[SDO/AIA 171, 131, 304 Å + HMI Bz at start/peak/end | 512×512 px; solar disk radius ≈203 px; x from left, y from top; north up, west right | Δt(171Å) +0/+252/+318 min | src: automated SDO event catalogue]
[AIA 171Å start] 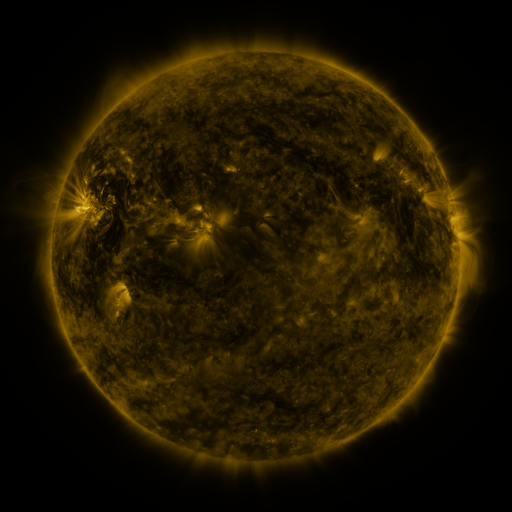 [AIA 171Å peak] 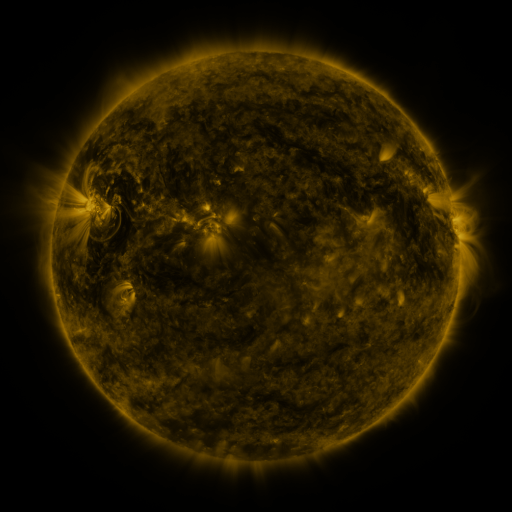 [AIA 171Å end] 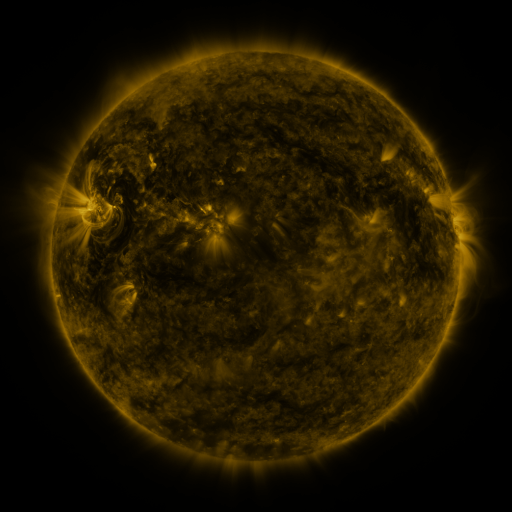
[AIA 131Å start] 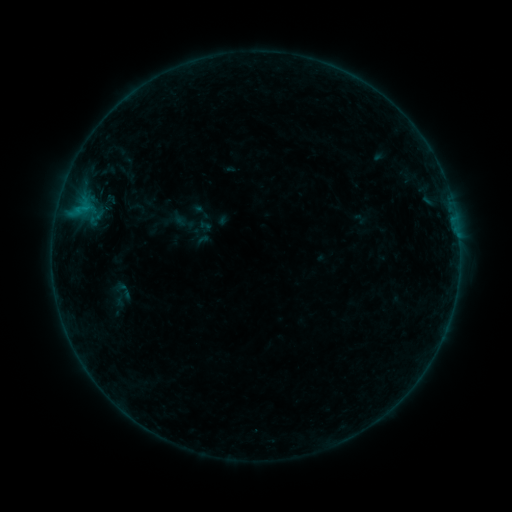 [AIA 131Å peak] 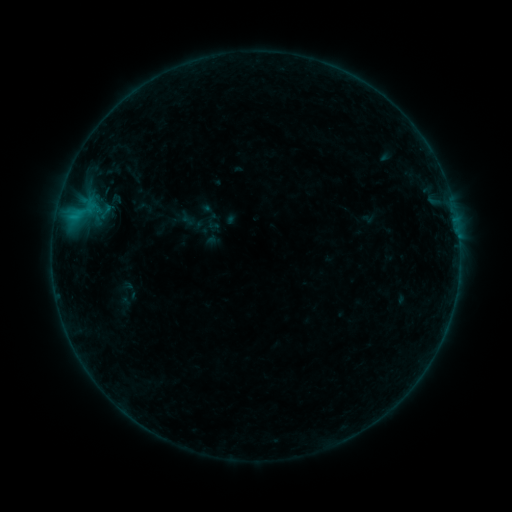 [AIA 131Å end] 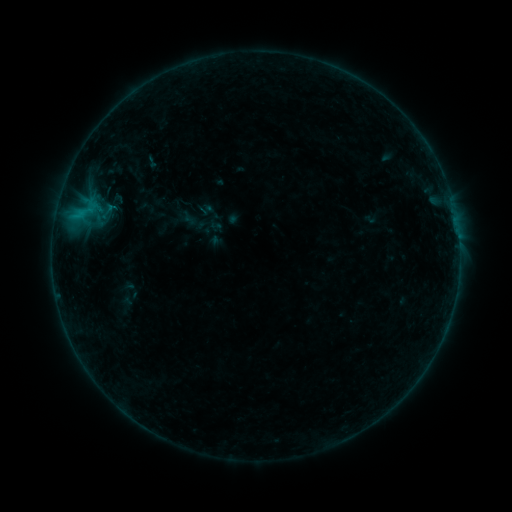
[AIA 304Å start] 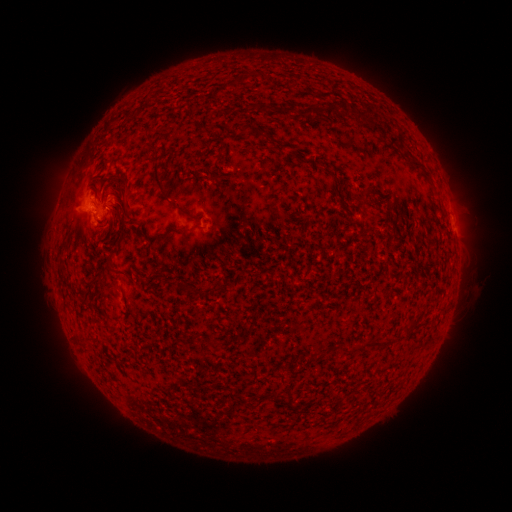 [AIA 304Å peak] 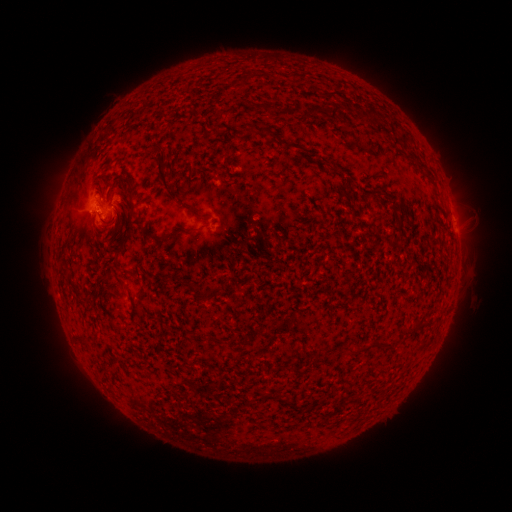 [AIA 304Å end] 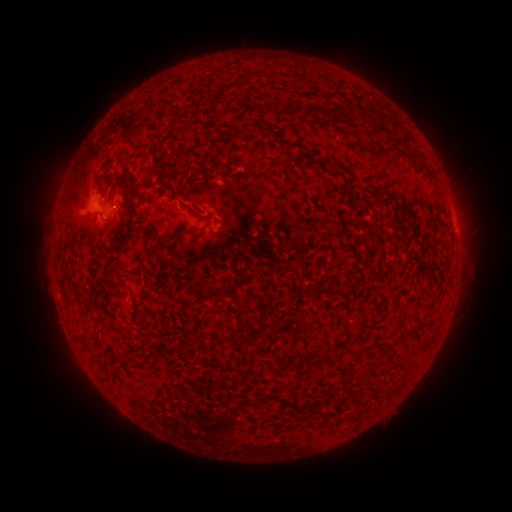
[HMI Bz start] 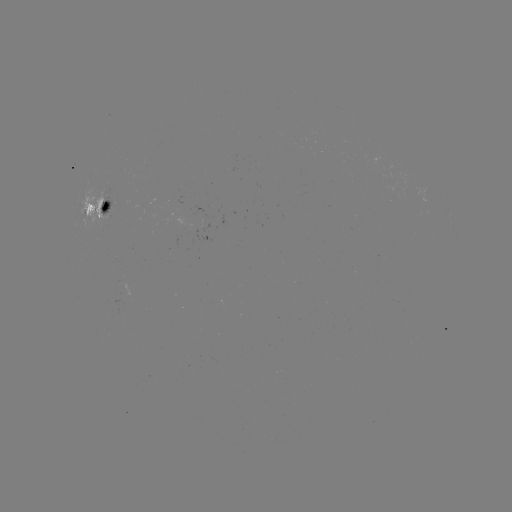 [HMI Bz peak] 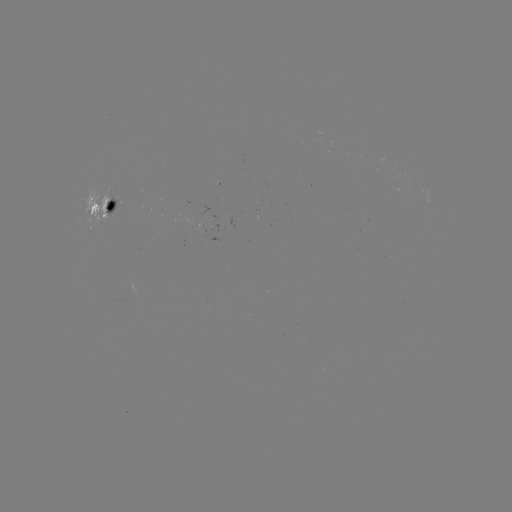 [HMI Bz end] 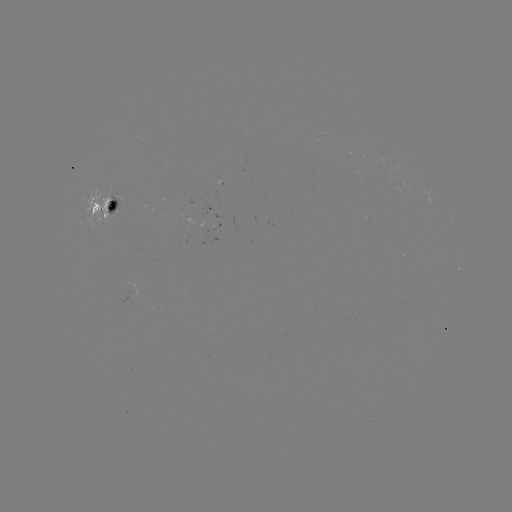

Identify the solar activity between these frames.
C1.5 flare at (79, 217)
